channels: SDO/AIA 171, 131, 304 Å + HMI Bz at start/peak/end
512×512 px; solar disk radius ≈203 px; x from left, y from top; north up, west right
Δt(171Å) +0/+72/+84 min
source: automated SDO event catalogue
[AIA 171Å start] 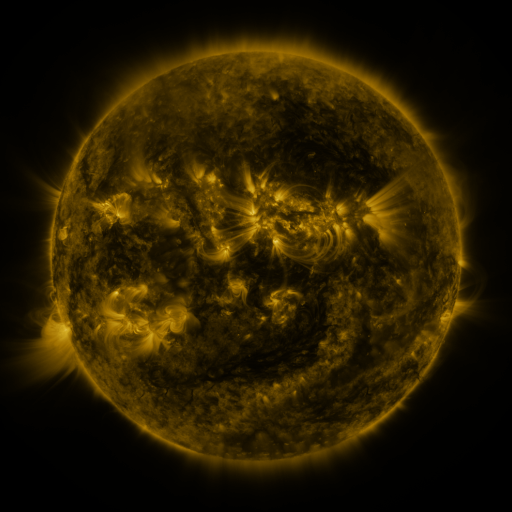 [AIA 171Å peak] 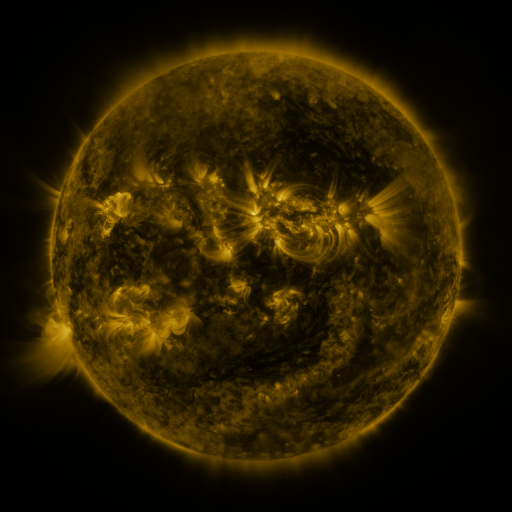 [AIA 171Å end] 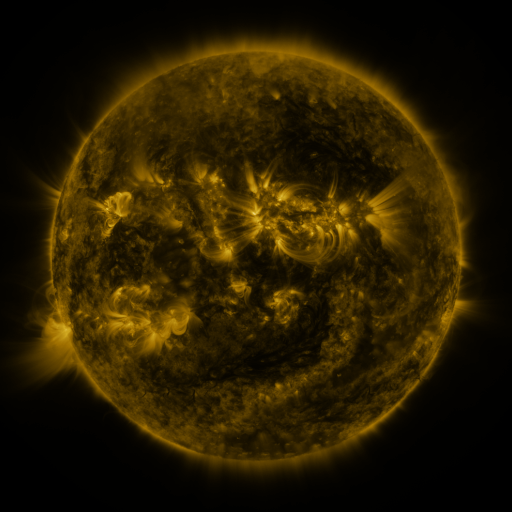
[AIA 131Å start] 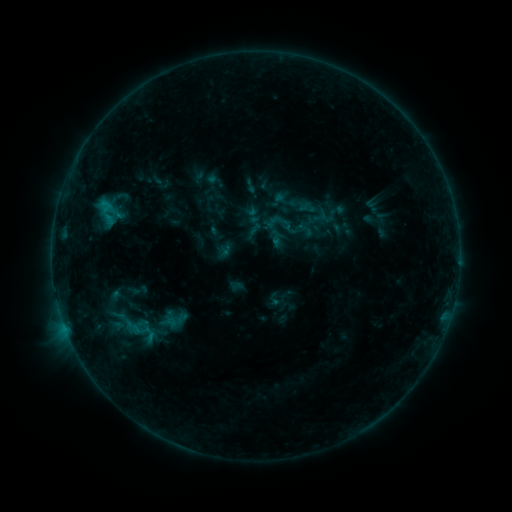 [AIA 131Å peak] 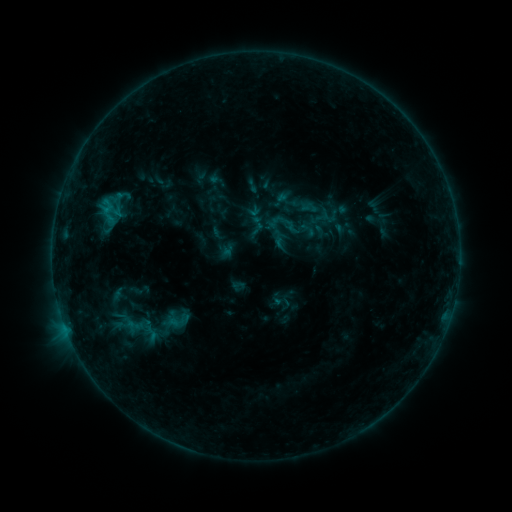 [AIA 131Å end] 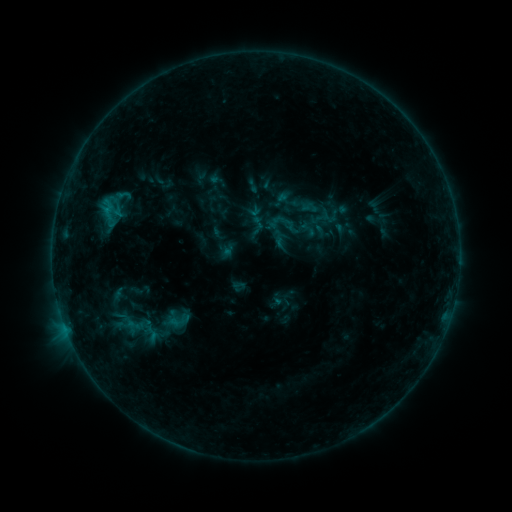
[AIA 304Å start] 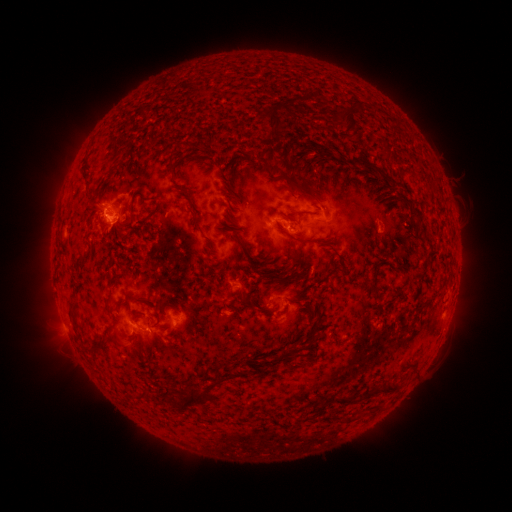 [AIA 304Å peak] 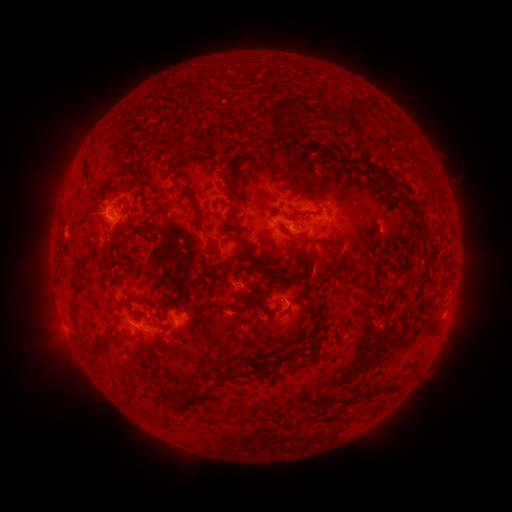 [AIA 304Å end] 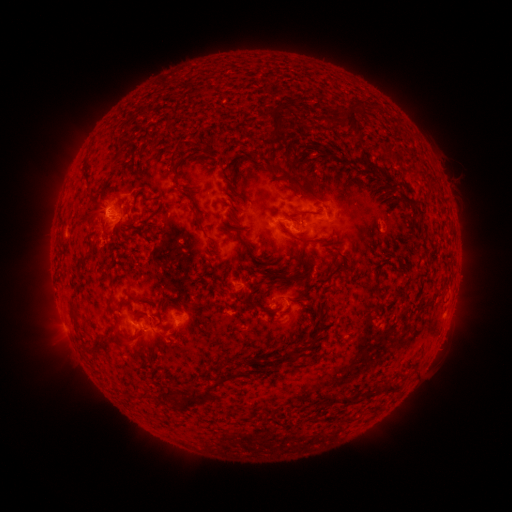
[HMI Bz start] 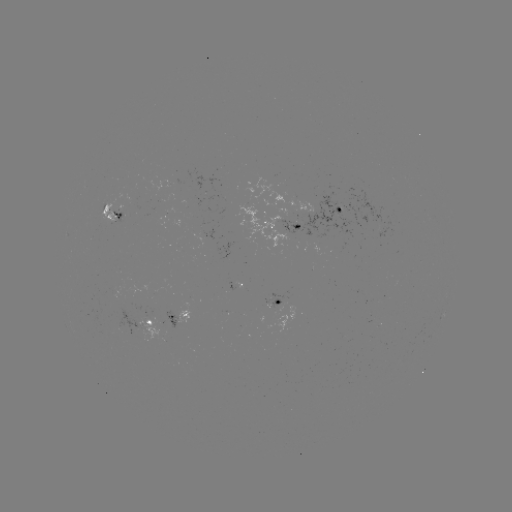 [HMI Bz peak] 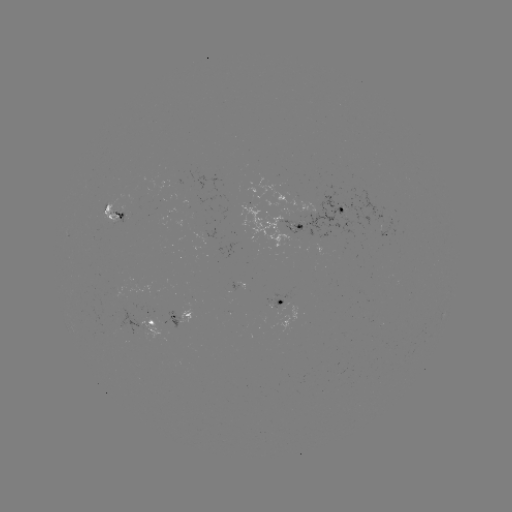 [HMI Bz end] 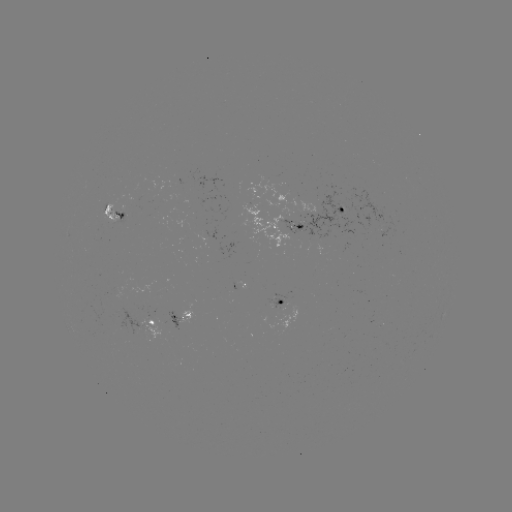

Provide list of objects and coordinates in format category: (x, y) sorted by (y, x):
emerging-flux region: (107, 208)
